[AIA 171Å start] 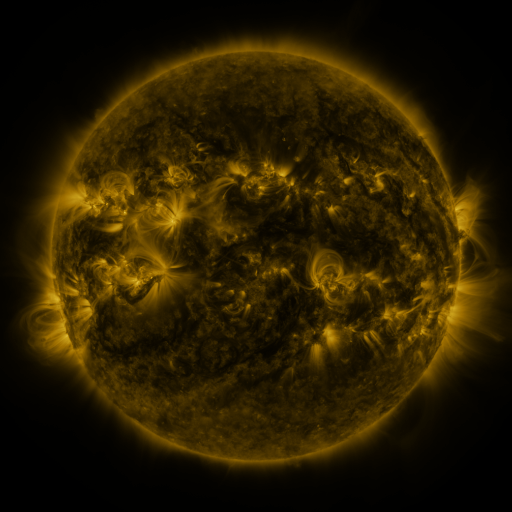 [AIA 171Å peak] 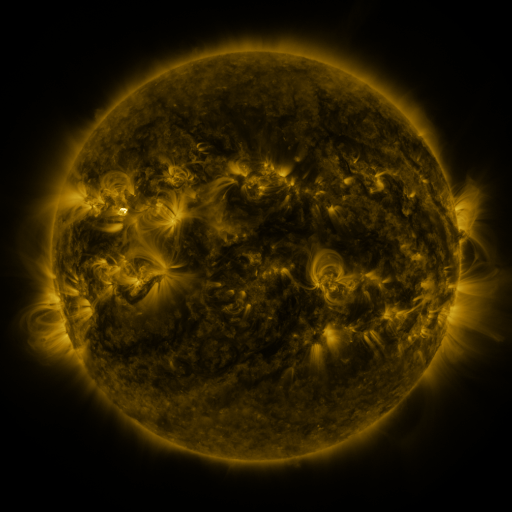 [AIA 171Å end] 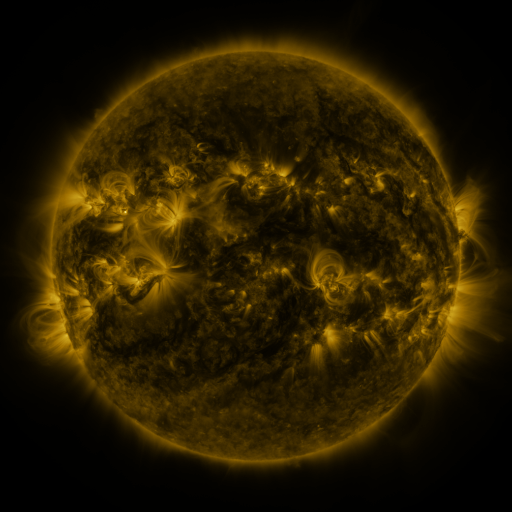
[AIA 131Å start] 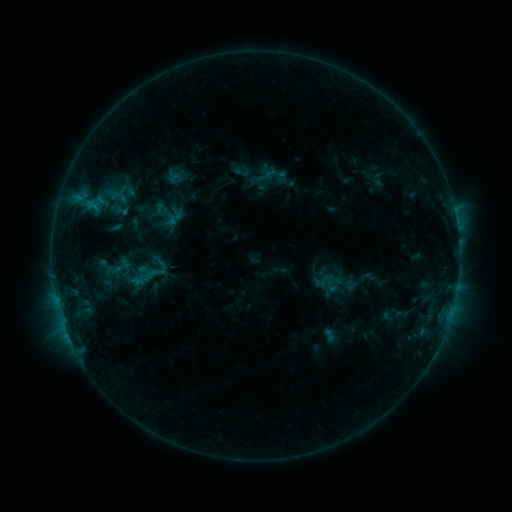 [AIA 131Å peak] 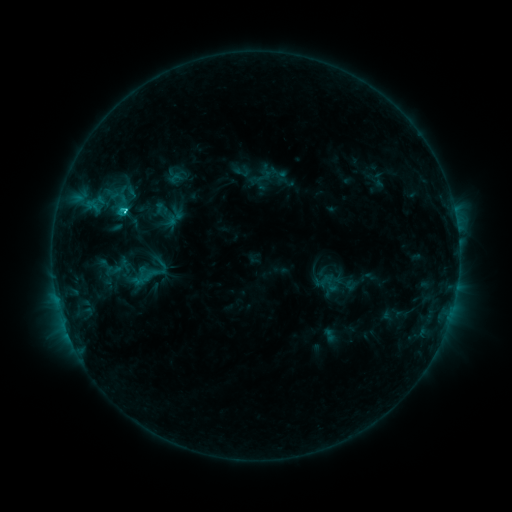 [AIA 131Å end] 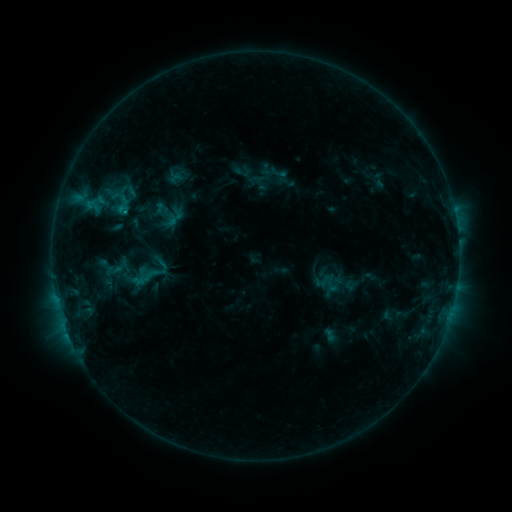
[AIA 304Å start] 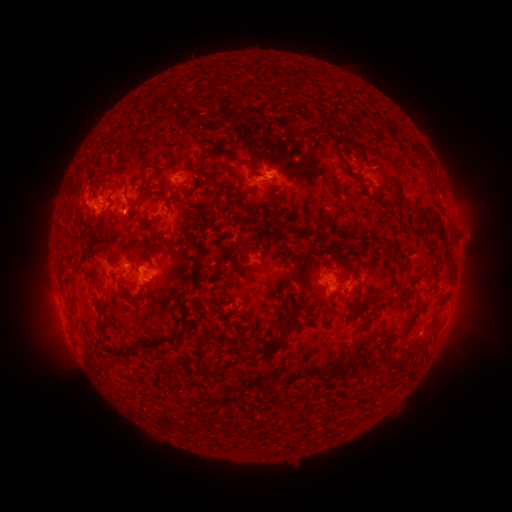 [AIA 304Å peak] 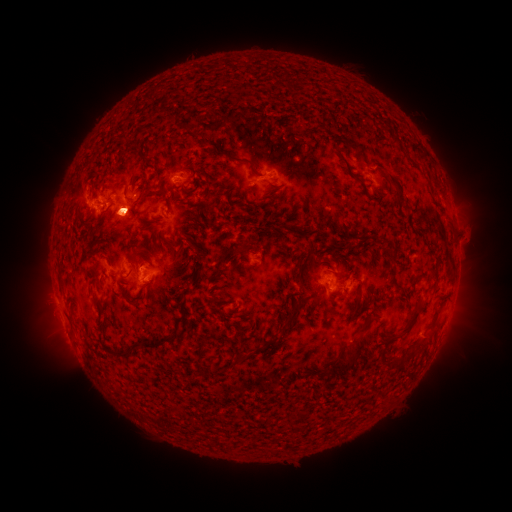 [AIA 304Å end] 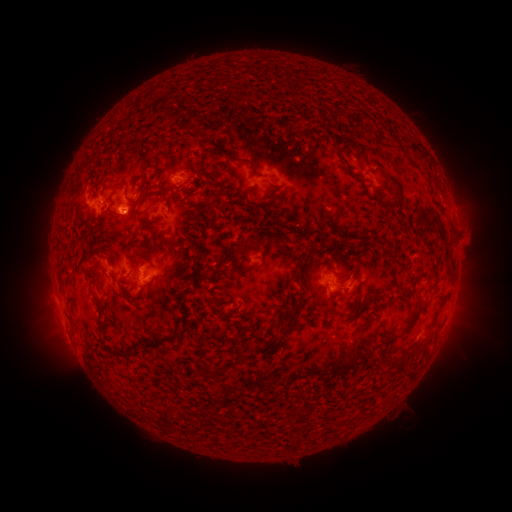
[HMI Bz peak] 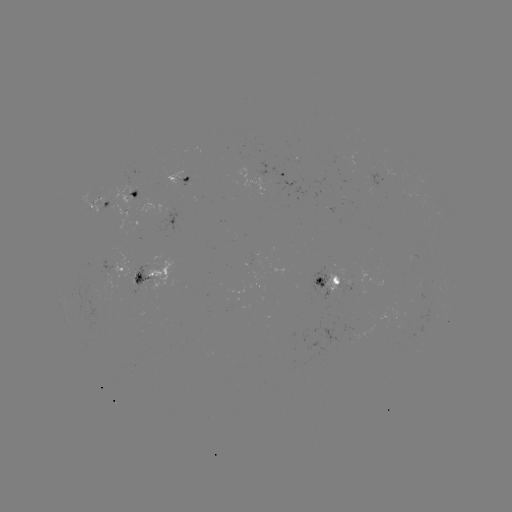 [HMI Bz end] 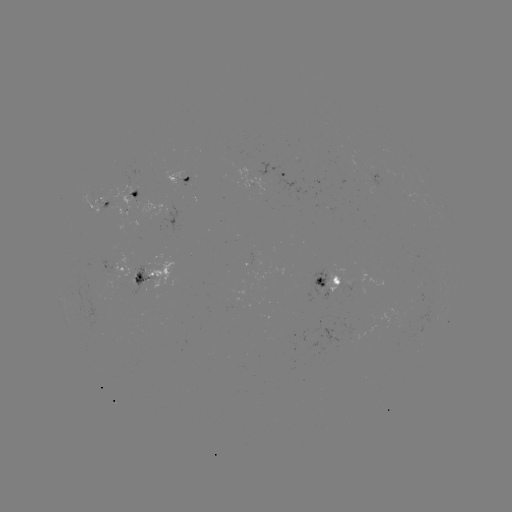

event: eruption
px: (123, 210)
